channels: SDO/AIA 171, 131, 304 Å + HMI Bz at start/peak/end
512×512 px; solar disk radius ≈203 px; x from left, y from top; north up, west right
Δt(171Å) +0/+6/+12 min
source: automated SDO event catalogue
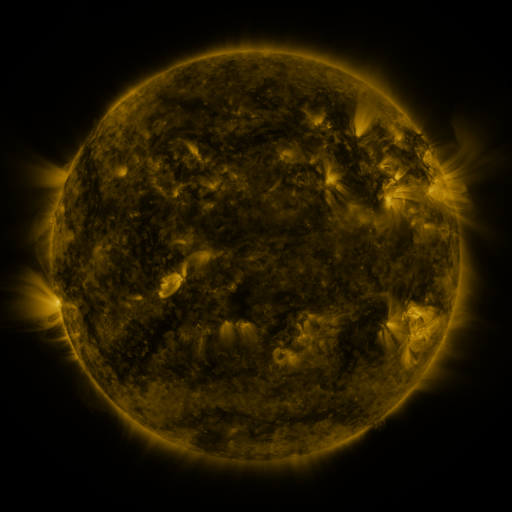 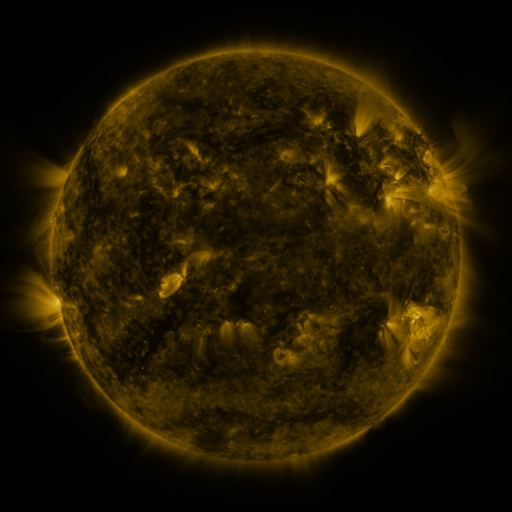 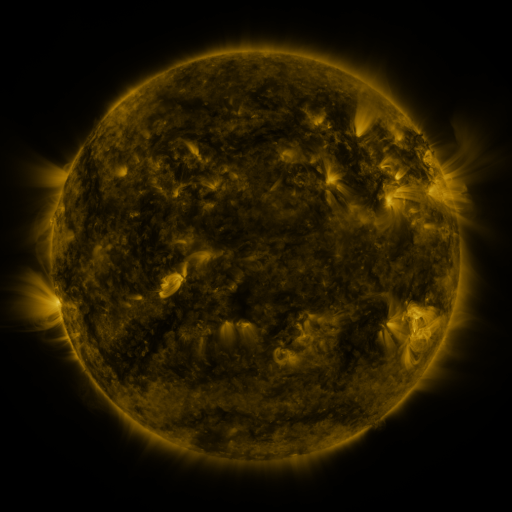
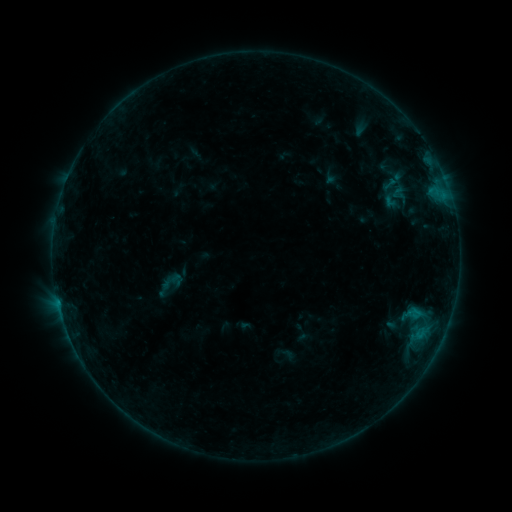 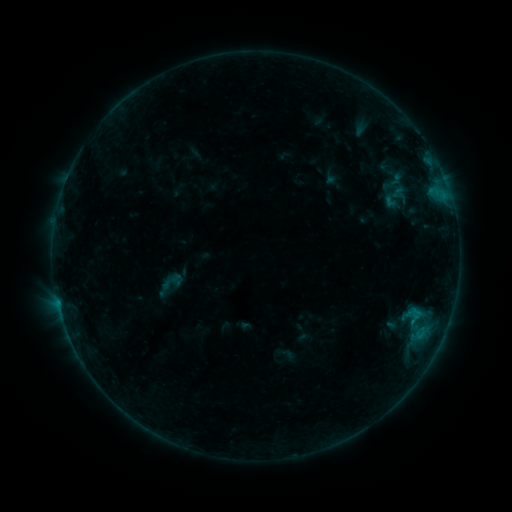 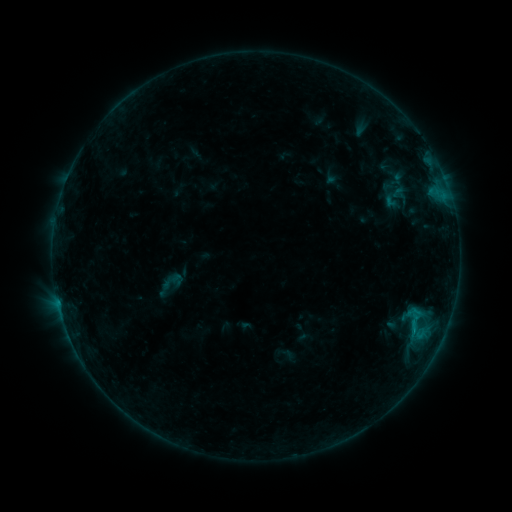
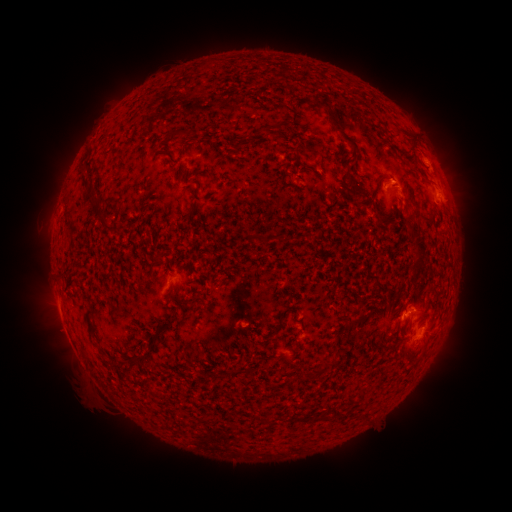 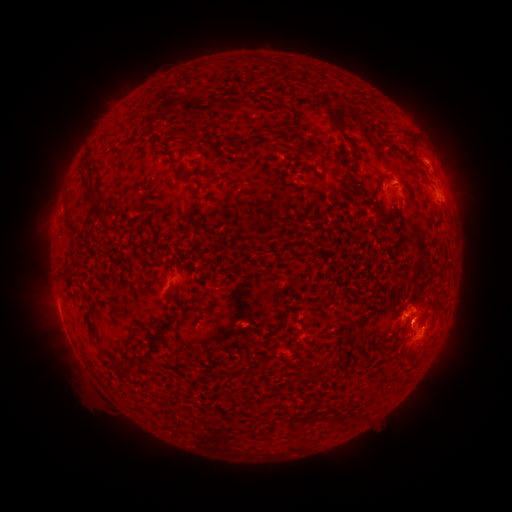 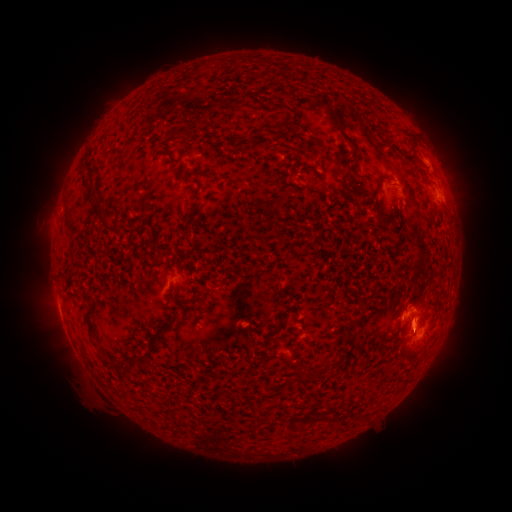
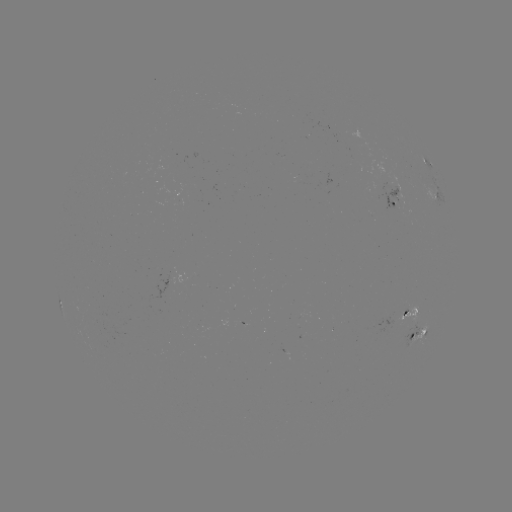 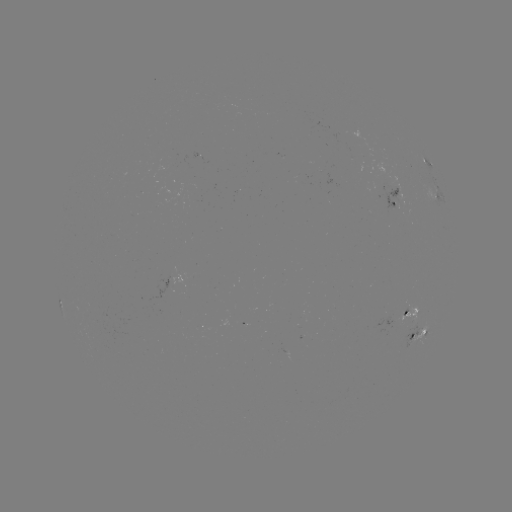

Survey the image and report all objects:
B4.1 flare: (413, 322)
